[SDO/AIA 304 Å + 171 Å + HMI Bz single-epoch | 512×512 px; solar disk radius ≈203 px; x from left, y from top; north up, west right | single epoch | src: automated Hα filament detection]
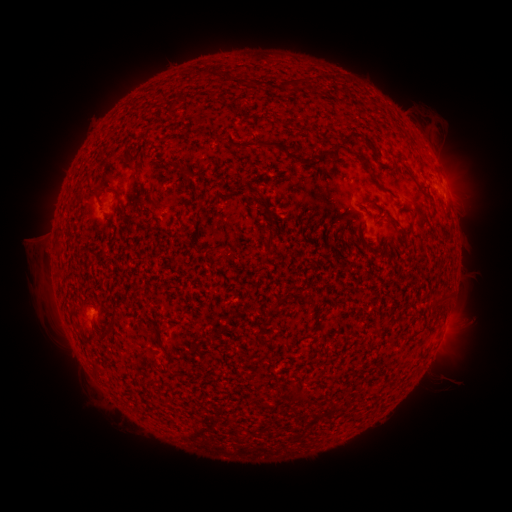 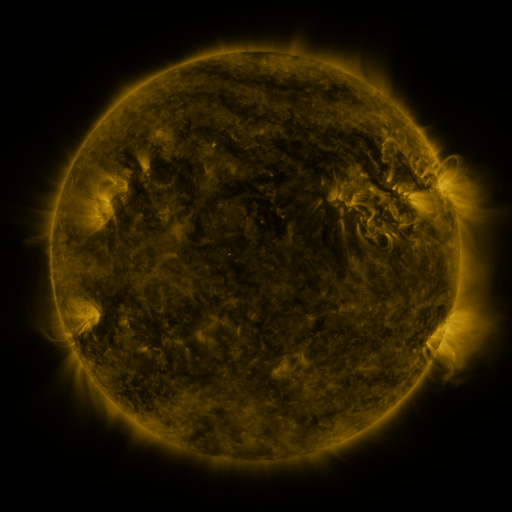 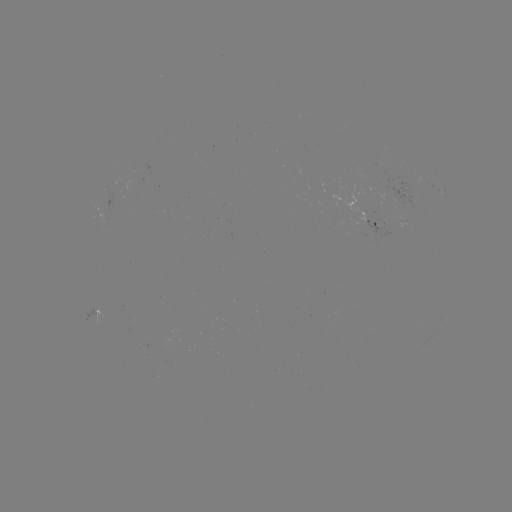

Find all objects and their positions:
filament: (258, 144)
filament: (353, 153)
filament: (324, 156)
filament: (179, 166)
filament: (119, 197)
filament: (394, 198)
filament: (250, 199)
filament: (370, 203)
filament: (156, 204)
filament: (396, 224)
filament: (272, 239)
filament: (366, 247)
filament: (113, 320)
filament: (303, 399)
